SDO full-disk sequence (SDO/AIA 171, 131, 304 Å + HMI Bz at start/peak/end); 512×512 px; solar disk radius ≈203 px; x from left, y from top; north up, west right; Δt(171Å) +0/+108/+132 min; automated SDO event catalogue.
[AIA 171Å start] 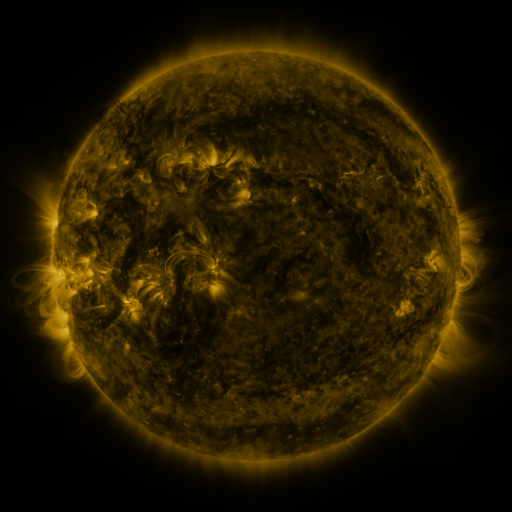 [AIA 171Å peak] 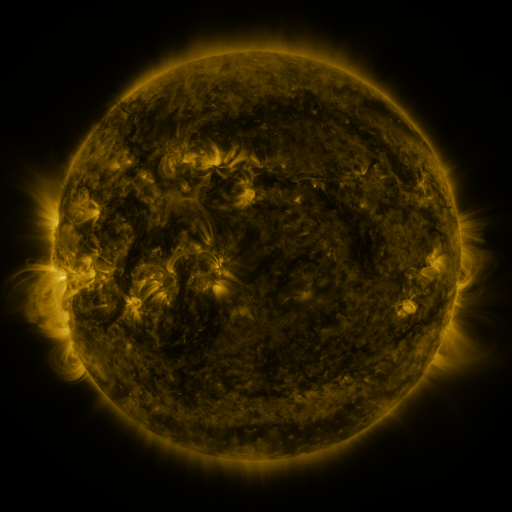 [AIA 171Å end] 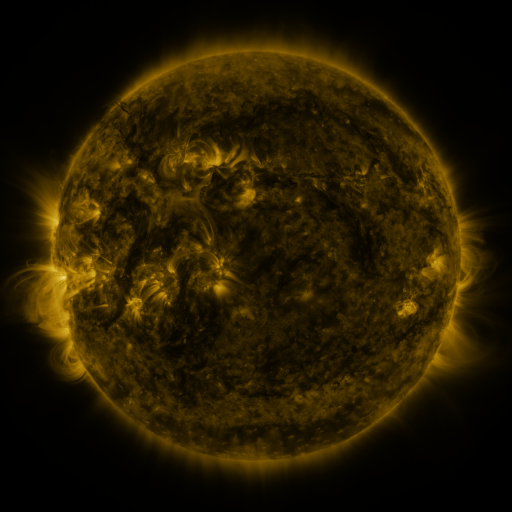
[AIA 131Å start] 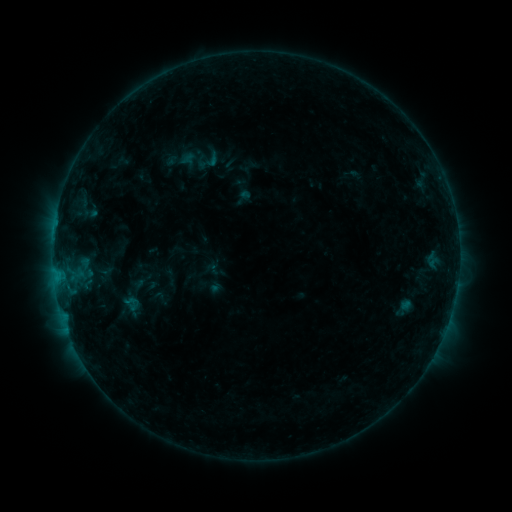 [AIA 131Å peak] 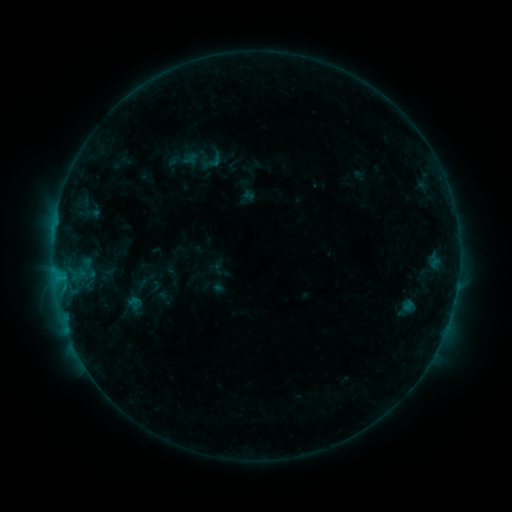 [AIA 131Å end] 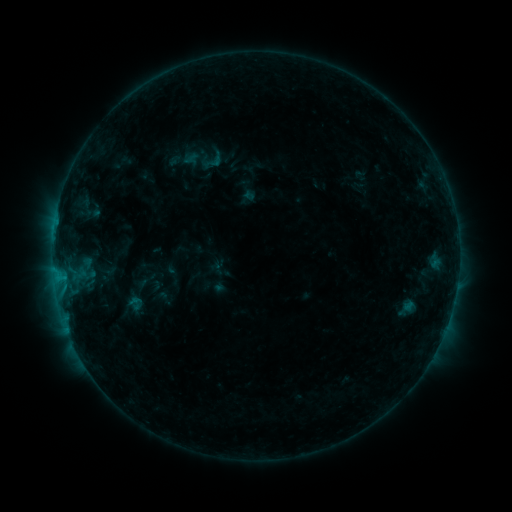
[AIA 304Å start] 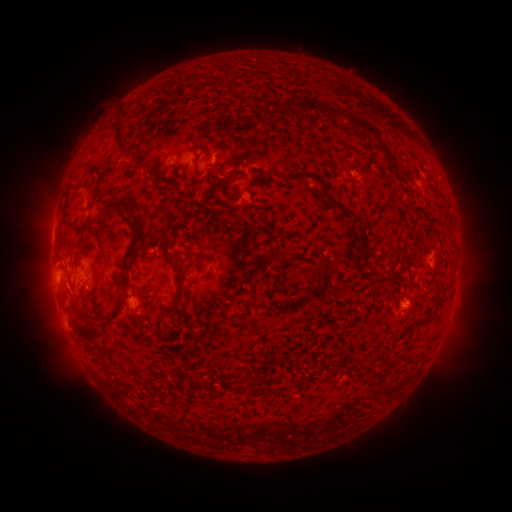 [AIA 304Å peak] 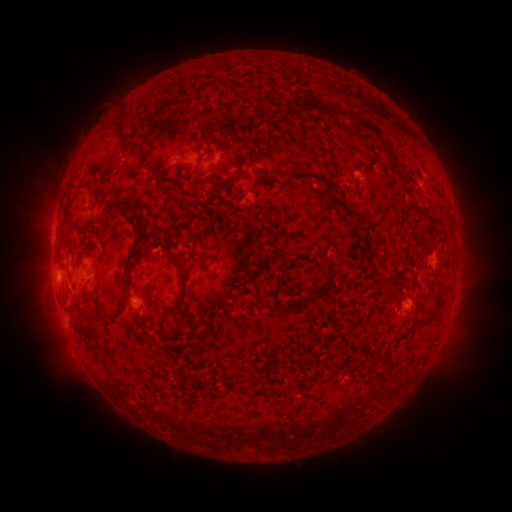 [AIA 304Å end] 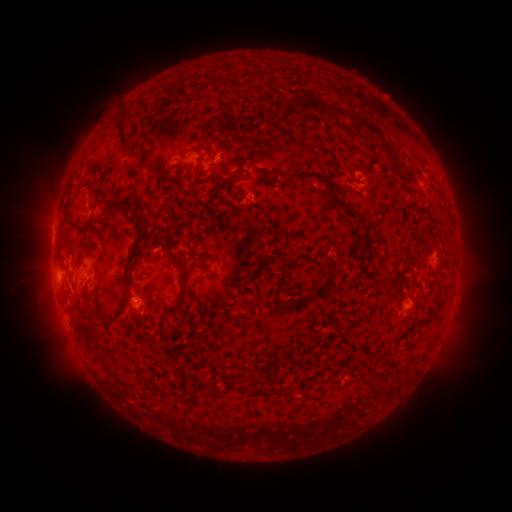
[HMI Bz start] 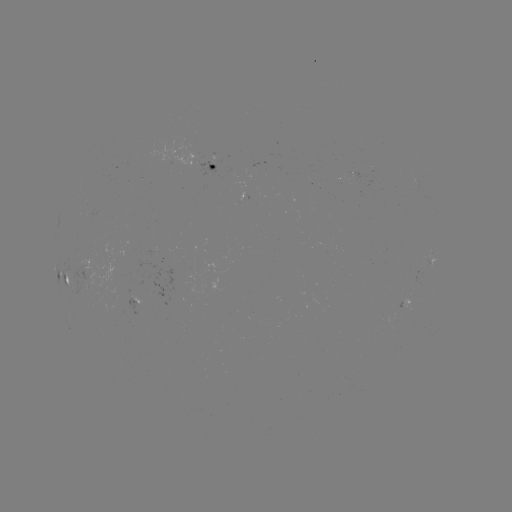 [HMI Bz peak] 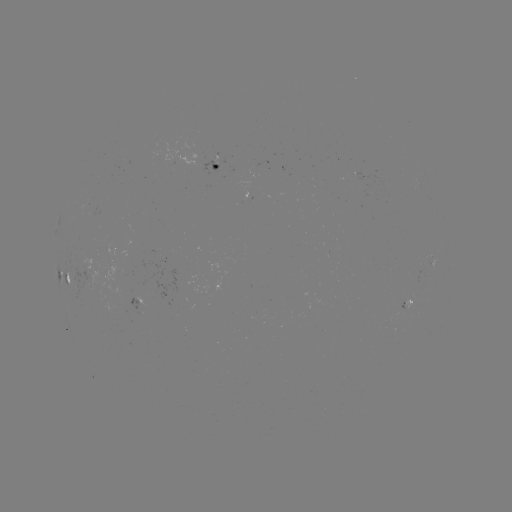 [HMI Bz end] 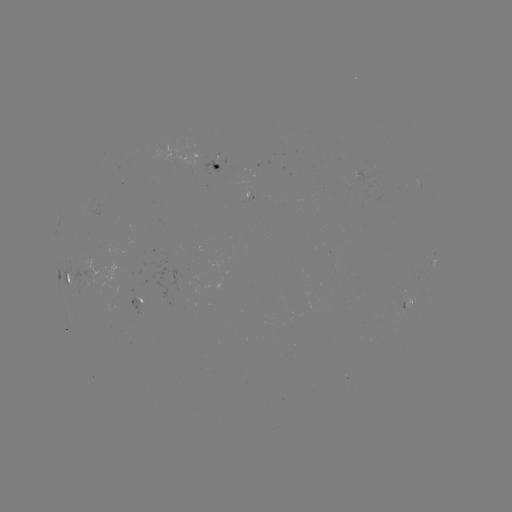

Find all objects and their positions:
emerging-flux region: (87, 286)
